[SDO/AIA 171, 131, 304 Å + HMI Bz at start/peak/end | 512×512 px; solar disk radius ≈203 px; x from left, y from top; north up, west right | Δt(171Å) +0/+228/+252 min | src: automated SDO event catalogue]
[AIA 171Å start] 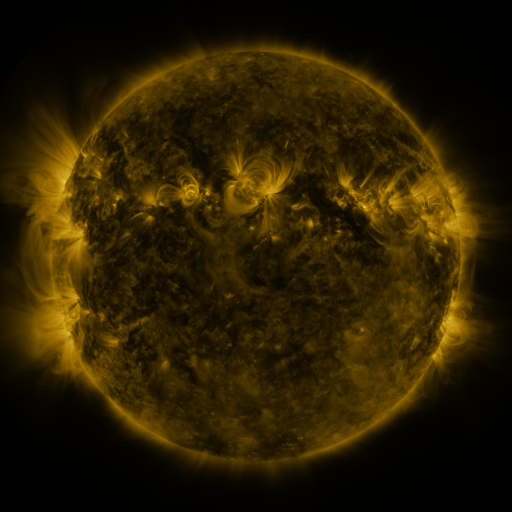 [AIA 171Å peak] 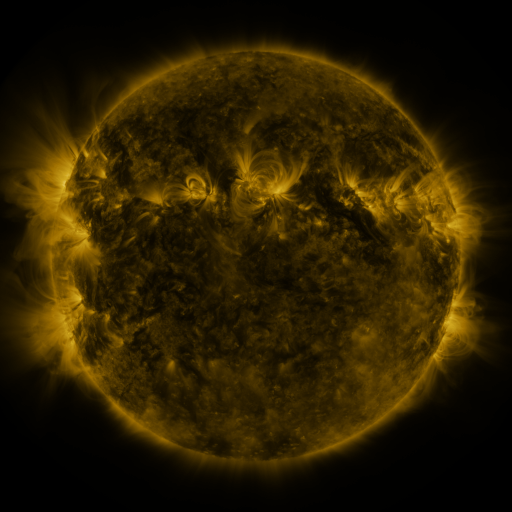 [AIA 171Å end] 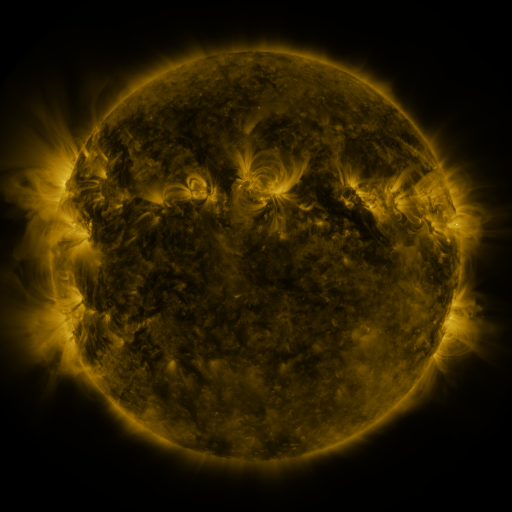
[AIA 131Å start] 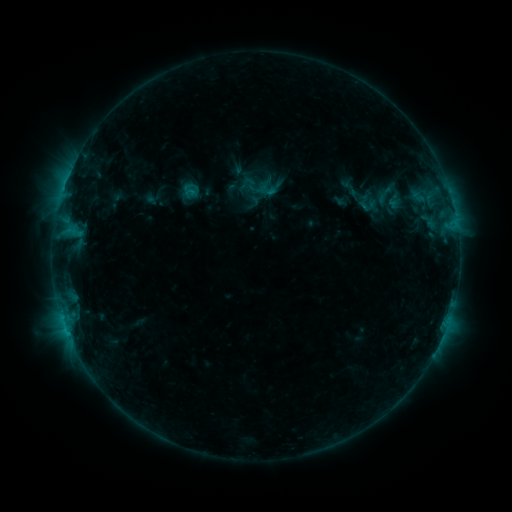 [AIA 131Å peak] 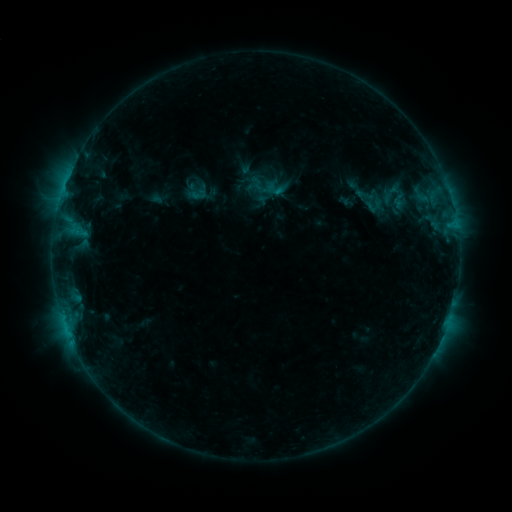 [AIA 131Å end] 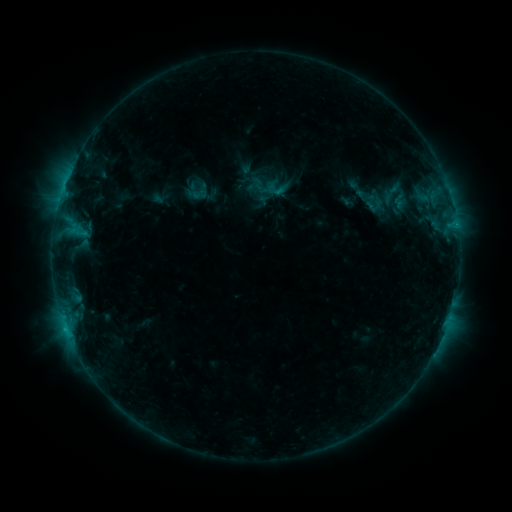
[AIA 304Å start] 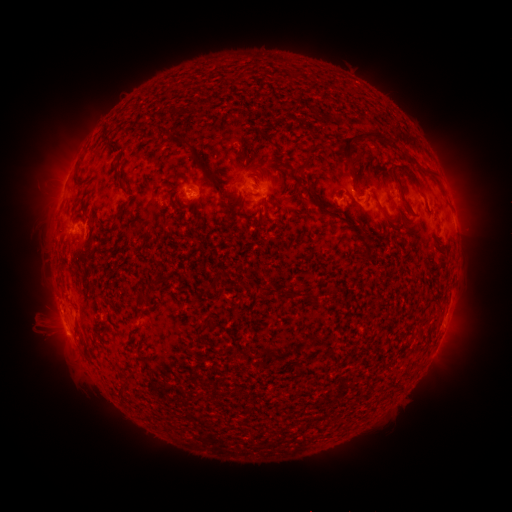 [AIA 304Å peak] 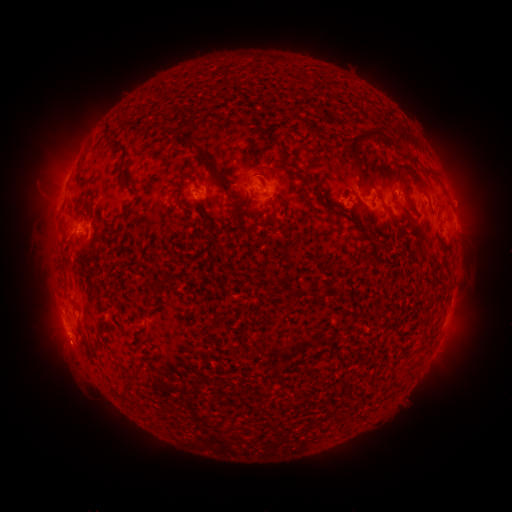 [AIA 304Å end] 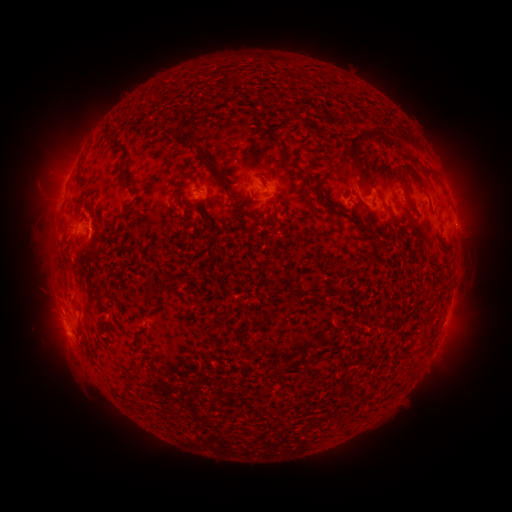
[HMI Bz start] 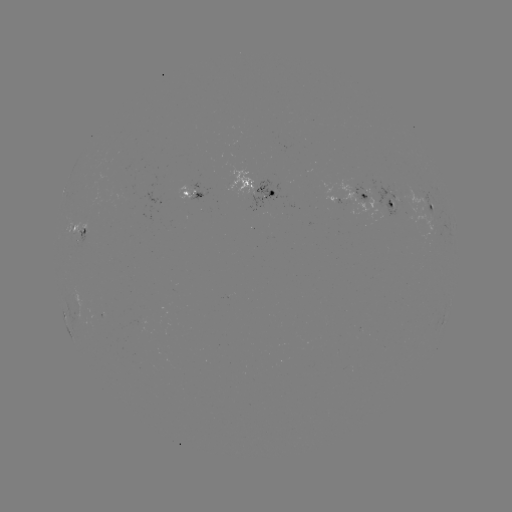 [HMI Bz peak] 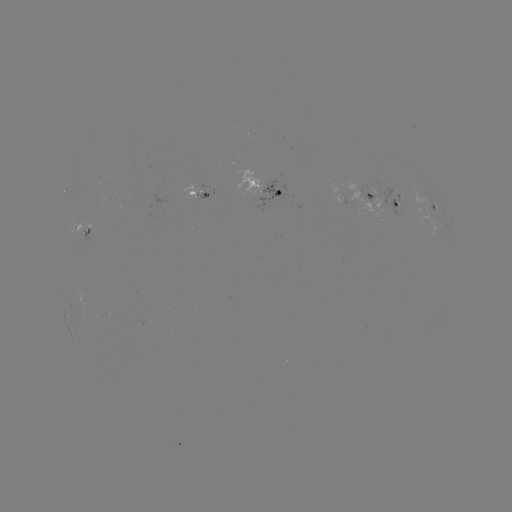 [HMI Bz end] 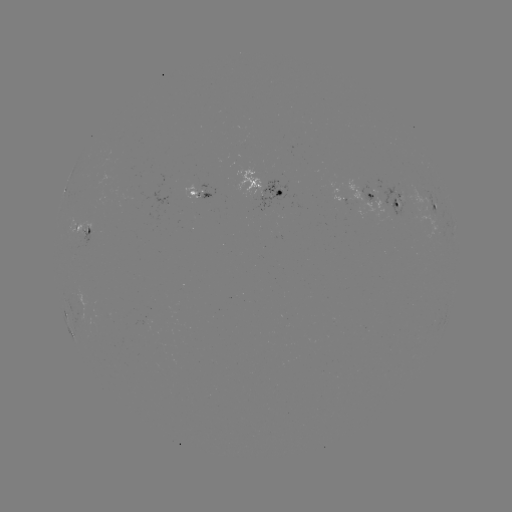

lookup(emerging-flux region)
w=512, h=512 (397, 196)